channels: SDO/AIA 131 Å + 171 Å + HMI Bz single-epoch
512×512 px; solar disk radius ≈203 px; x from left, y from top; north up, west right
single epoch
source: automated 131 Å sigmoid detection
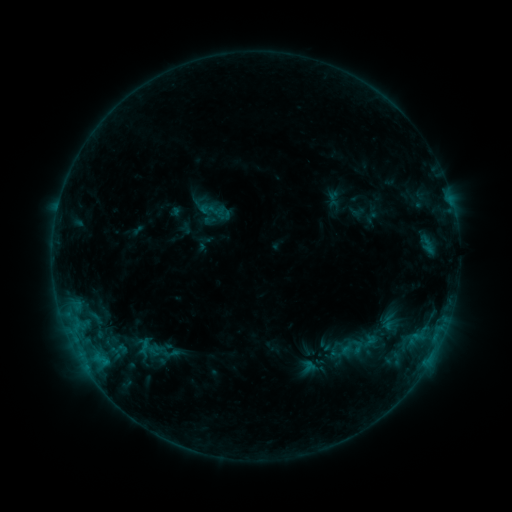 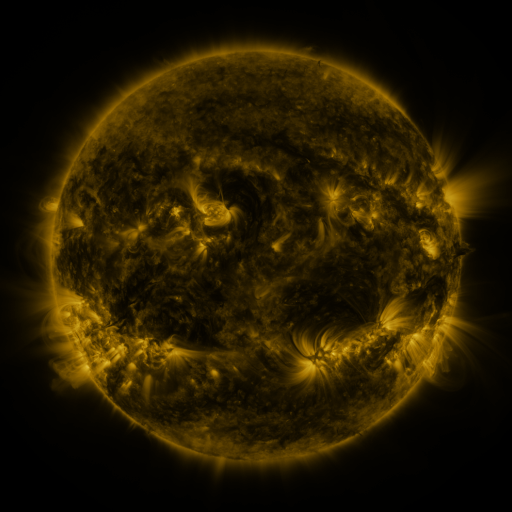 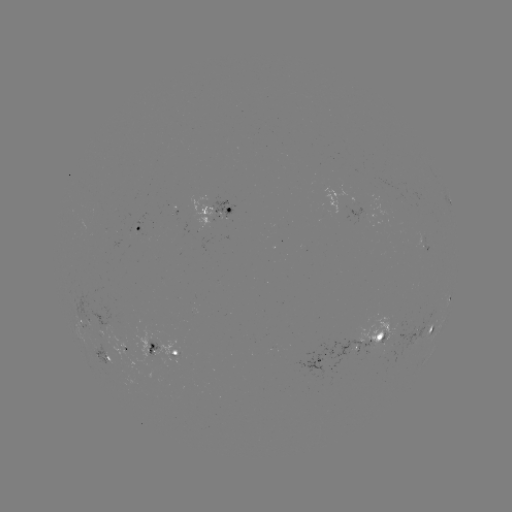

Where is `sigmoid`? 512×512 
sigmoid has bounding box [200, 199, 220, 220].